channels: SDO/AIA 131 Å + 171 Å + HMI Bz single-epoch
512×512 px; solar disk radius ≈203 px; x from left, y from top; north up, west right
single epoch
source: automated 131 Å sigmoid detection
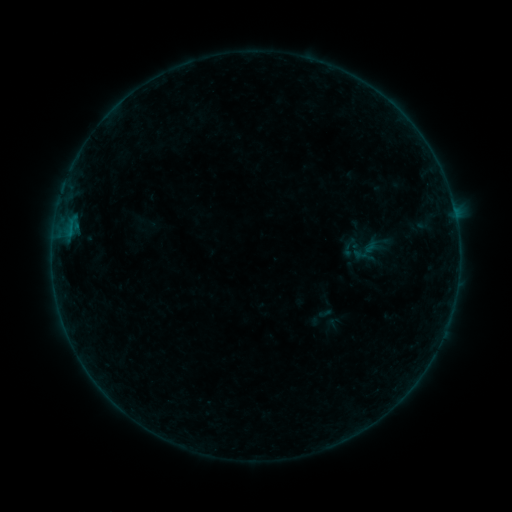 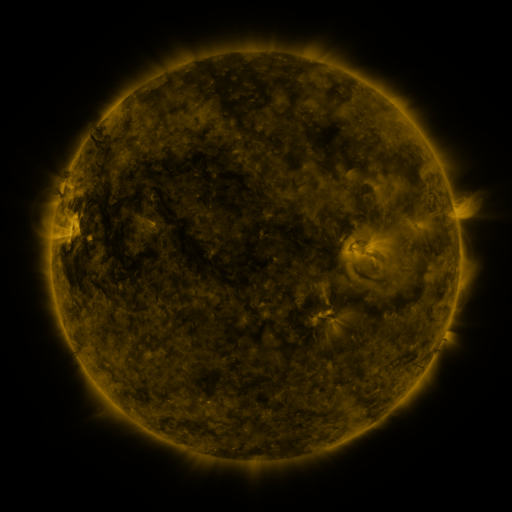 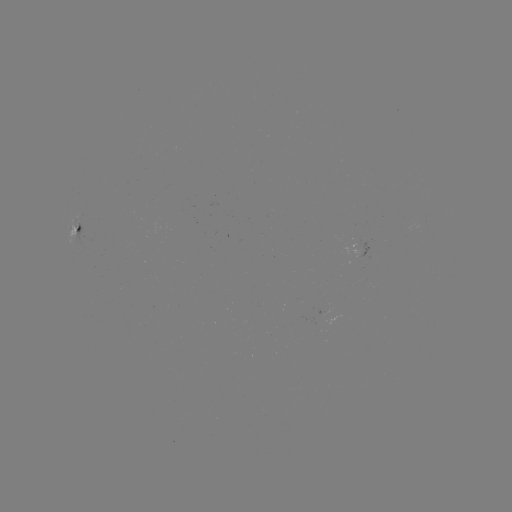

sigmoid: <bbox>338, 237, 360, 258</bbox>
